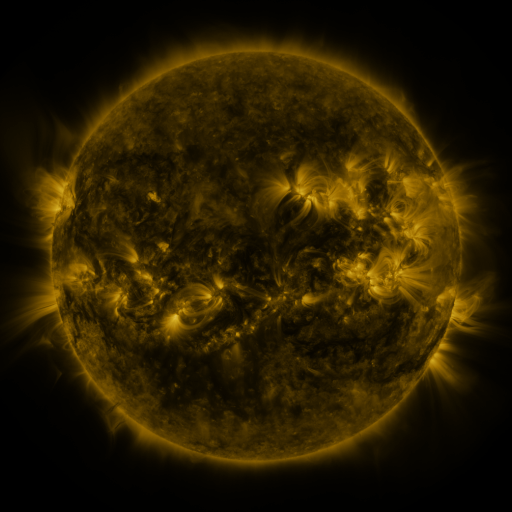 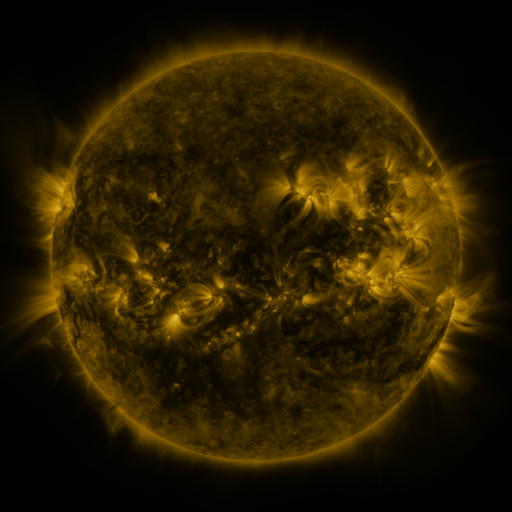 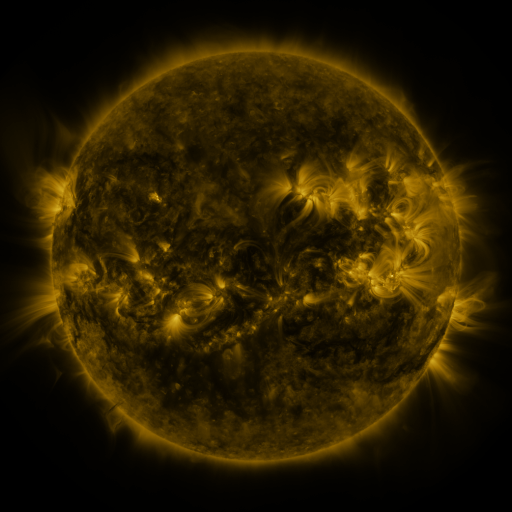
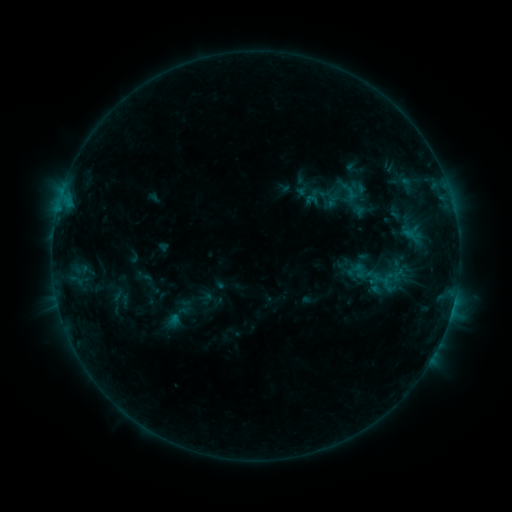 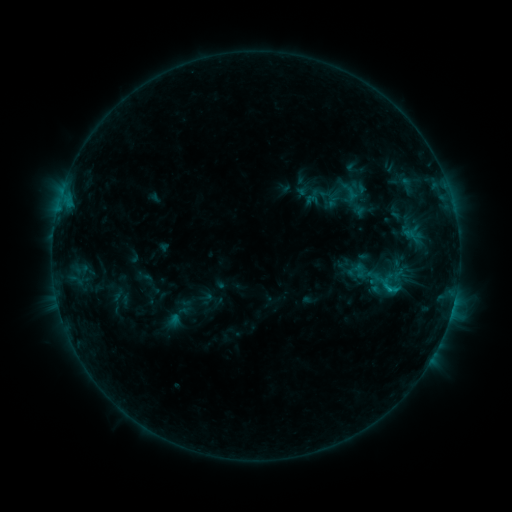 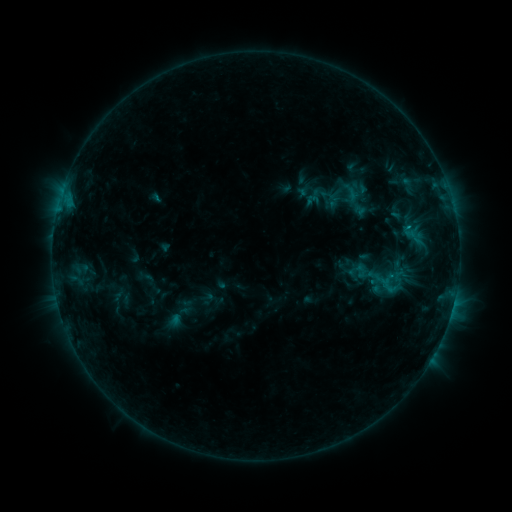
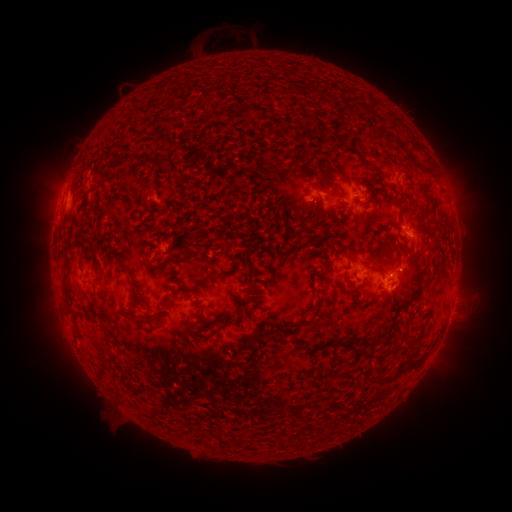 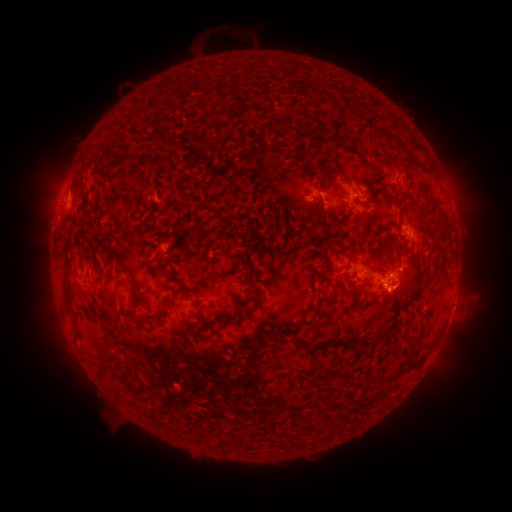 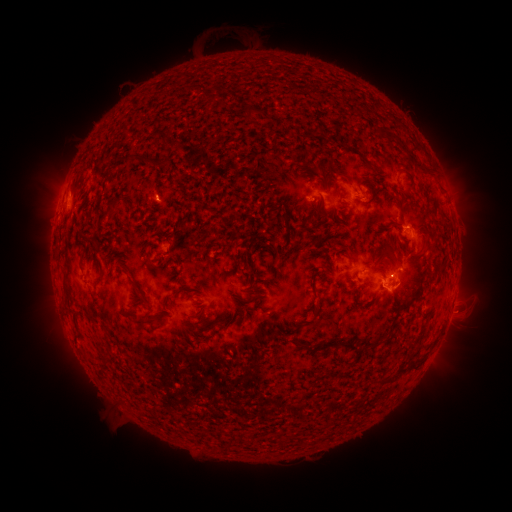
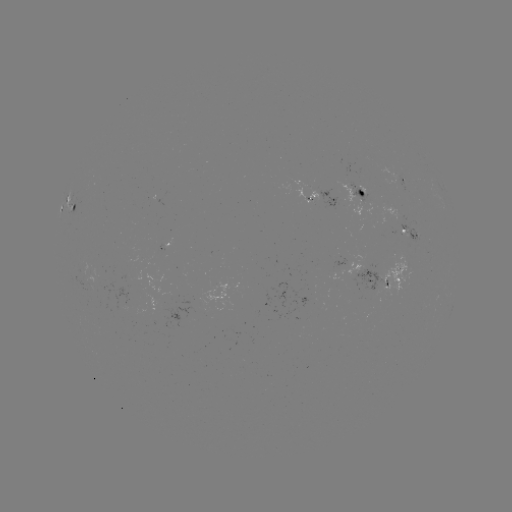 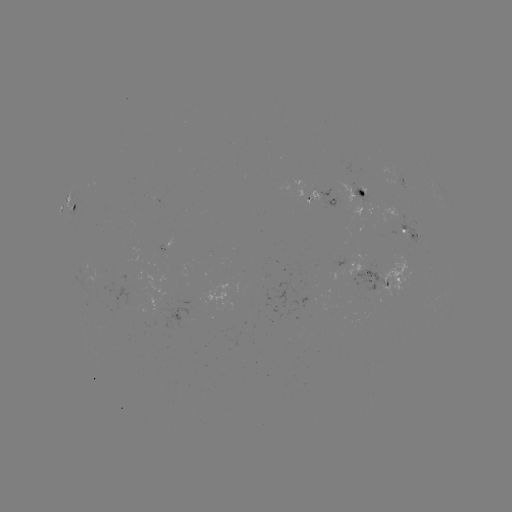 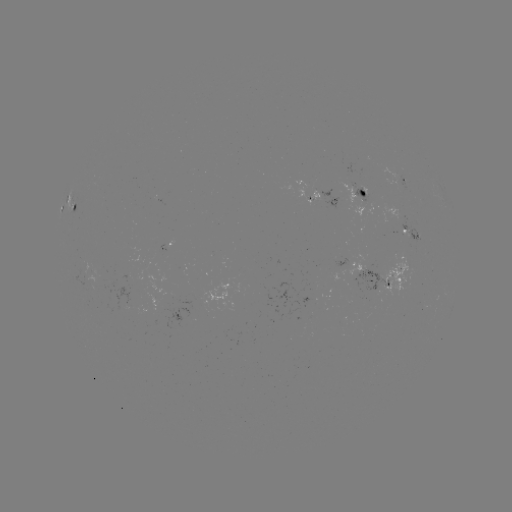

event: flare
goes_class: B9.1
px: (388, 289)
